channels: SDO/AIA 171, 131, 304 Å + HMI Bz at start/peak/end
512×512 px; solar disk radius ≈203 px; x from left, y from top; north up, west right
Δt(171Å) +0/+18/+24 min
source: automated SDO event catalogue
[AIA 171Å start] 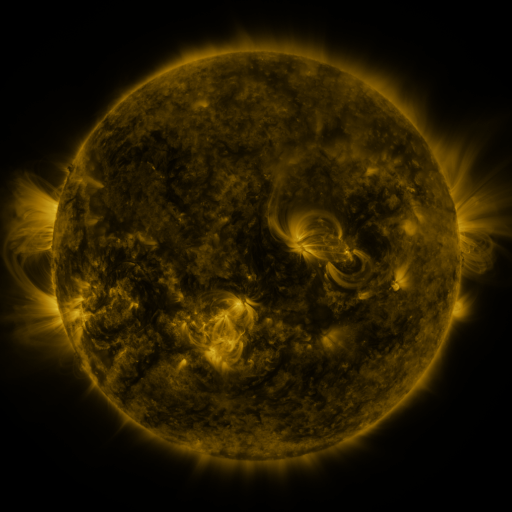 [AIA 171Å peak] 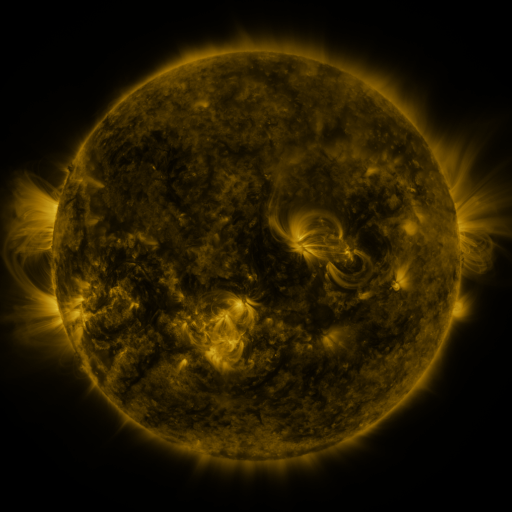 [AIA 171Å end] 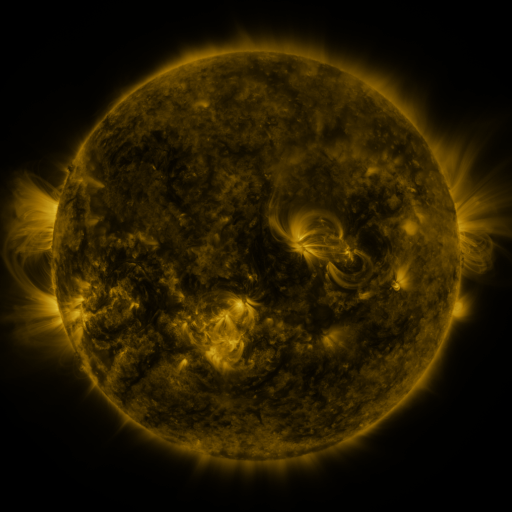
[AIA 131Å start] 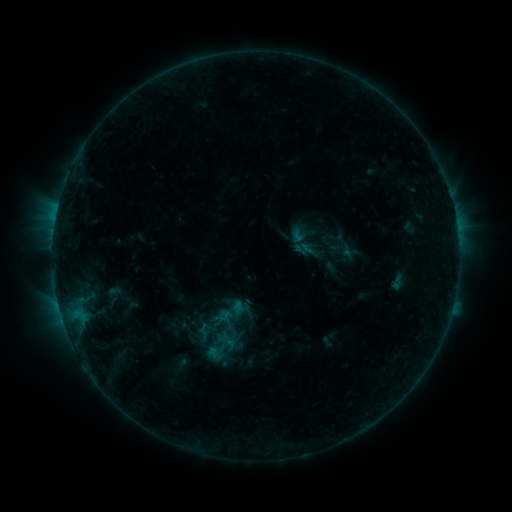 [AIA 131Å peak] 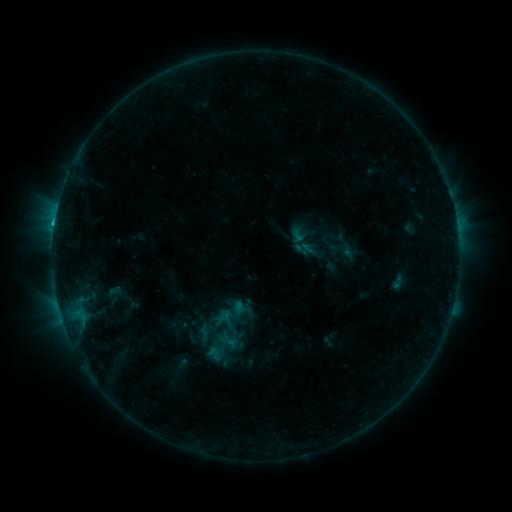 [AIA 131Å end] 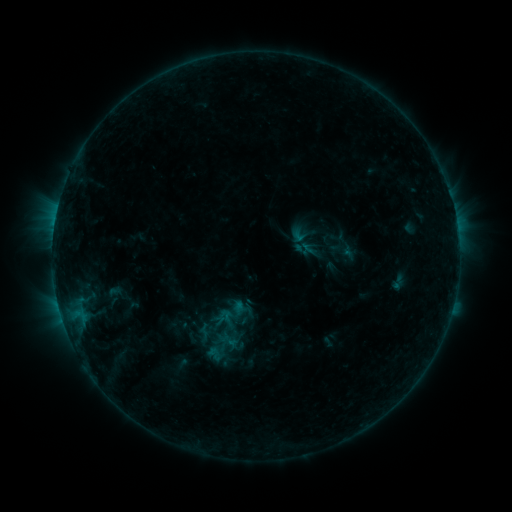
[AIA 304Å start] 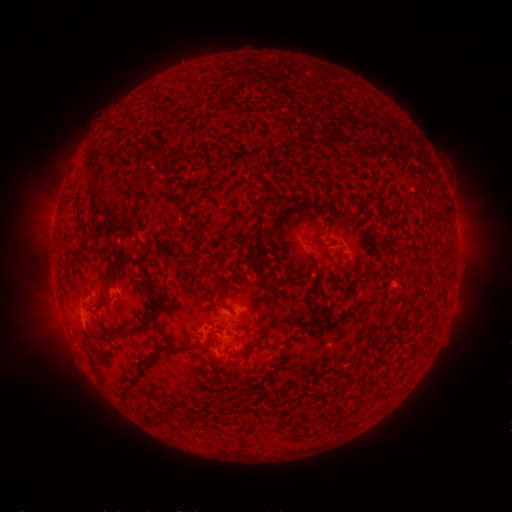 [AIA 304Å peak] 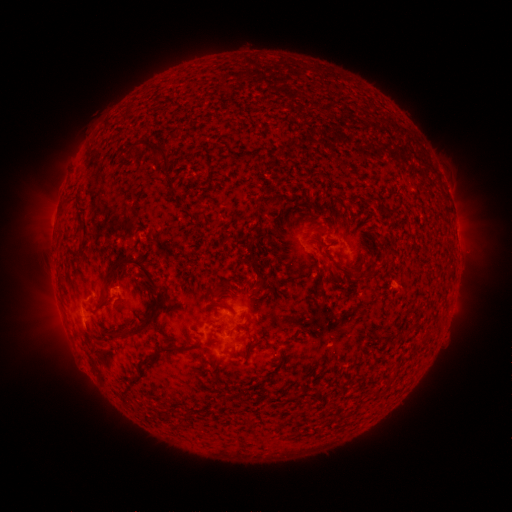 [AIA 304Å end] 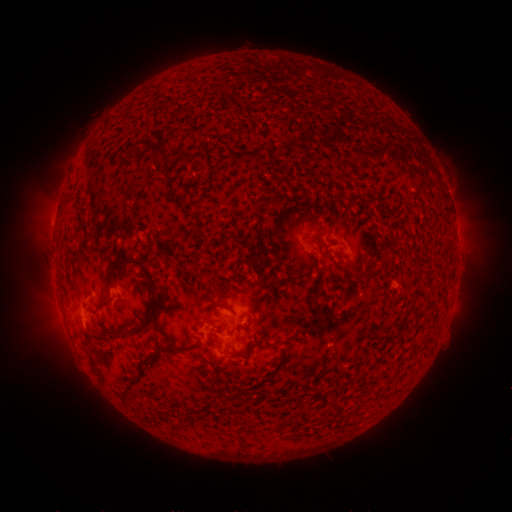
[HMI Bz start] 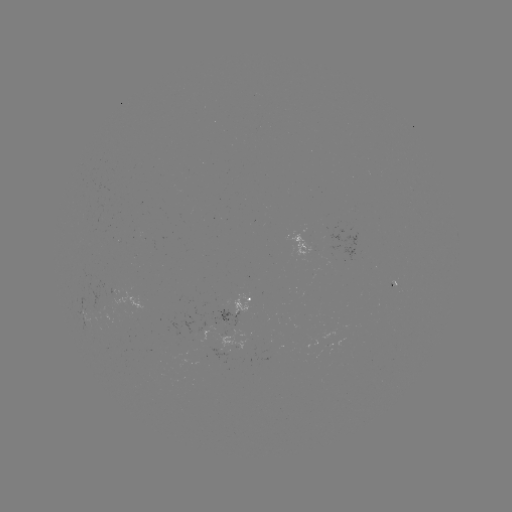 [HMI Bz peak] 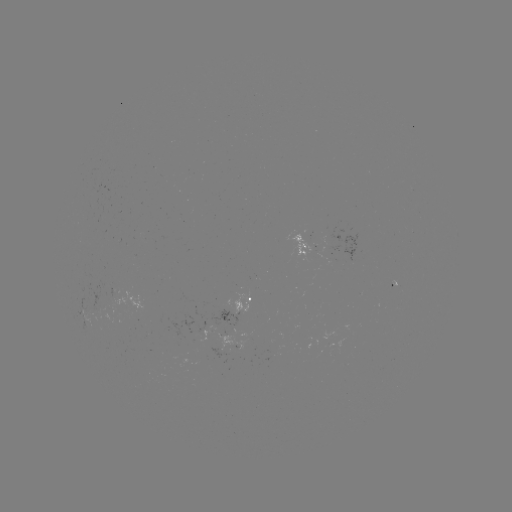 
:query B8.9 flare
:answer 56,229